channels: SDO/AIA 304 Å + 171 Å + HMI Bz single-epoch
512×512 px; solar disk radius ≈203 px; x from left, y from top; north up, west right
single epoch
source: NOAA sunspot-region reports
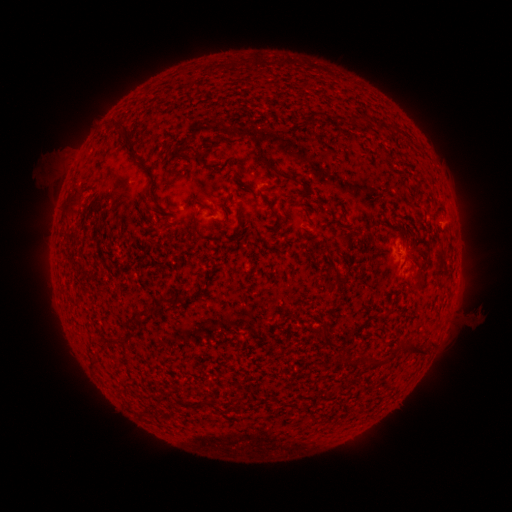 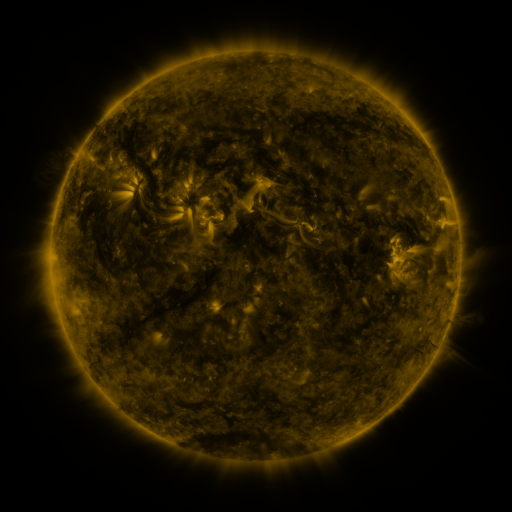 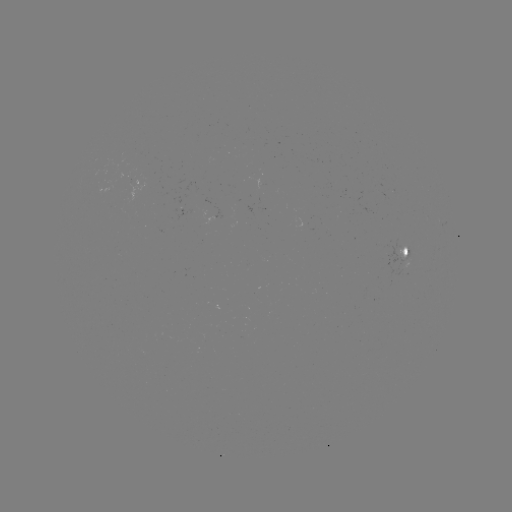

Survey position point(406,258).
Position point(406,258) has spotted active region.